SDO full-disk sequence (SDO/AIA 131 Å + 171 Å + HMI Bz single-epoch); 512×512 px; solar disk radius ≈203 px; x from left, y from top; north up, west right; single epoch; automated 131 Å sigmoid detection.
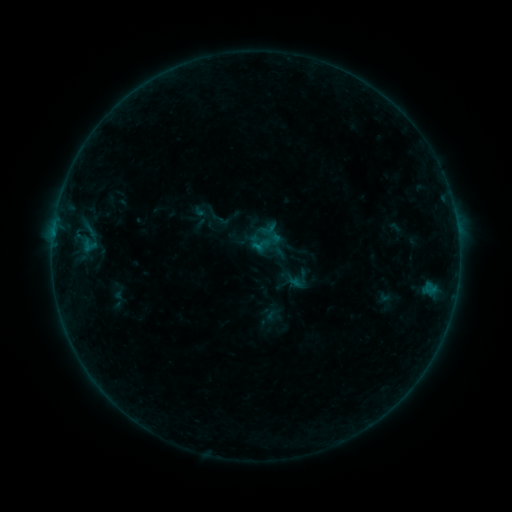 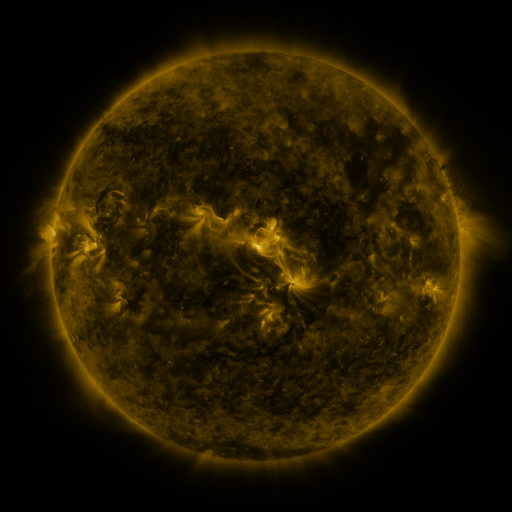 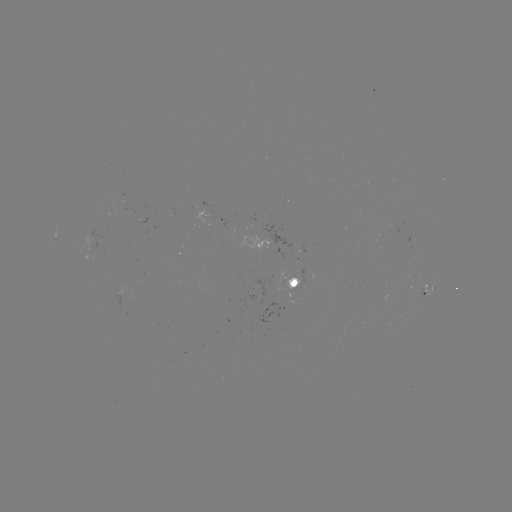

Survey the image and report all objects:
sigmoid: (270, 241)
